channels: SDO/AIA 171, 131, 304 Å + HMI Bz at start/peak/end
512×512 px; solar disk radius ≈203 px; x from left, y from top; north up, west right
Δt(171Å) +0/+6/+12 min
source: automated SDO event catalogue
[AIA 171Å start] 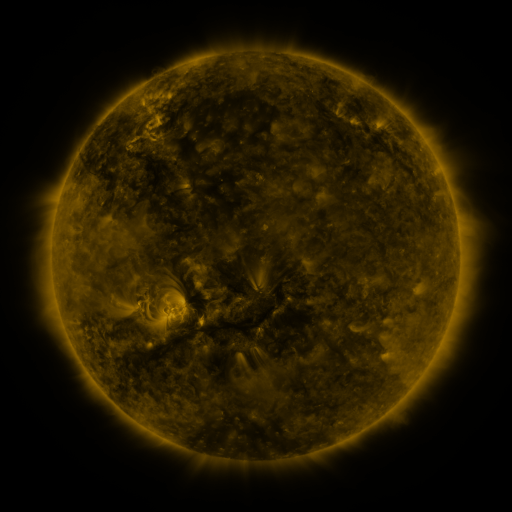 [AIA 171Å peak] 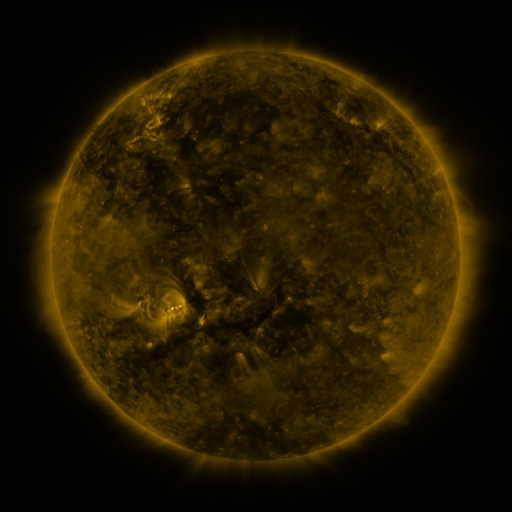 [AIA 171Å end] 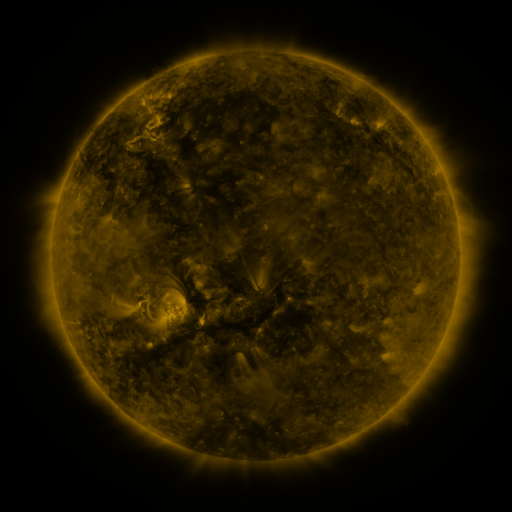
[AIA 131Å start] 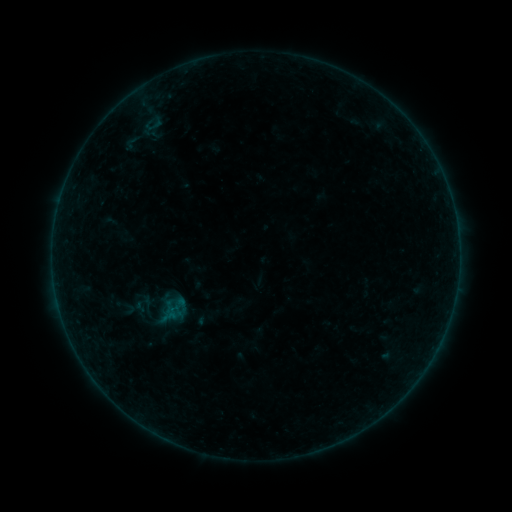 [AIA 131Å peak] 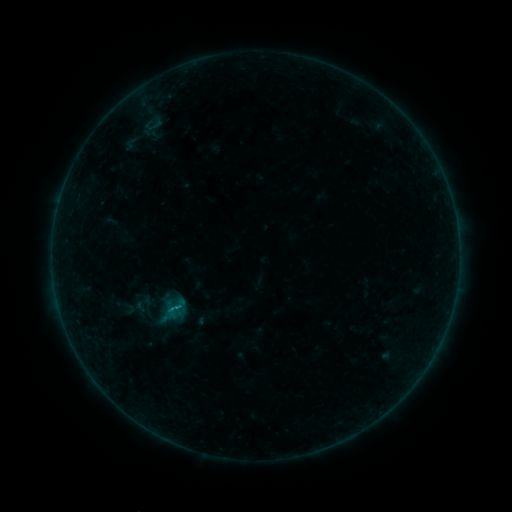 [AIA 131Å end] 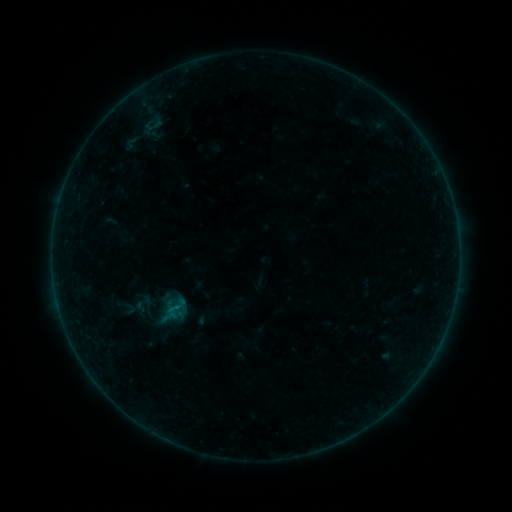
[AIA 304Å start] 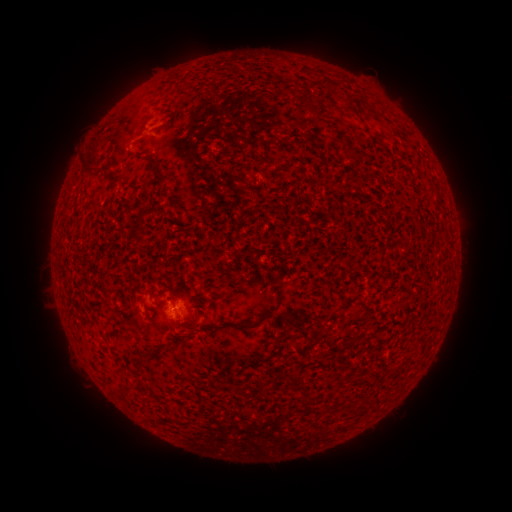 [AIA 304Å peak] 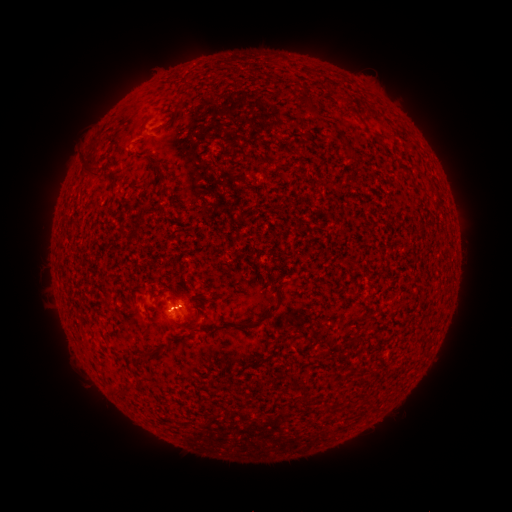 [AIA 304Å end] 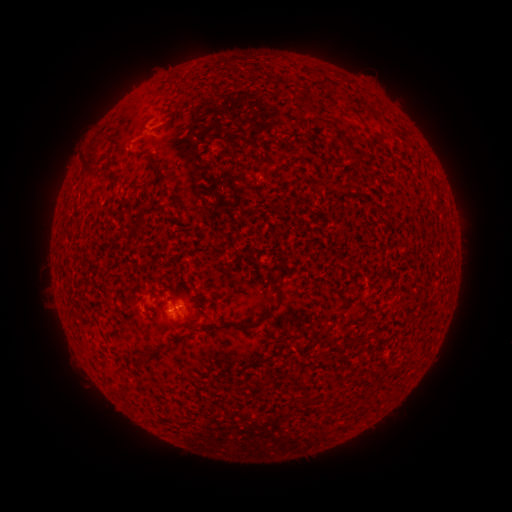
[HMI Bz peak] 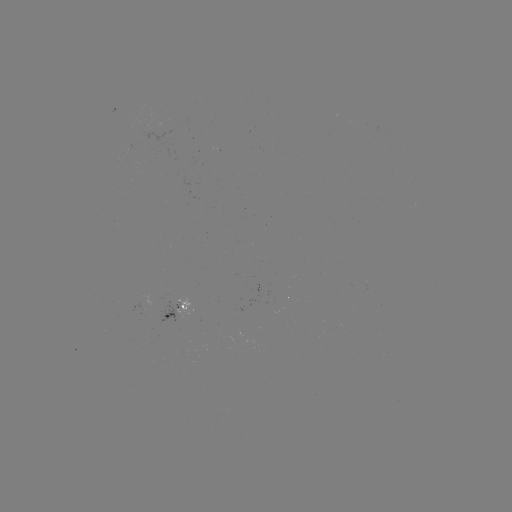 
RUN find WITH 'B3.0 flare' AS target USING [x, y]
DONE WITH [174, 307] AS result